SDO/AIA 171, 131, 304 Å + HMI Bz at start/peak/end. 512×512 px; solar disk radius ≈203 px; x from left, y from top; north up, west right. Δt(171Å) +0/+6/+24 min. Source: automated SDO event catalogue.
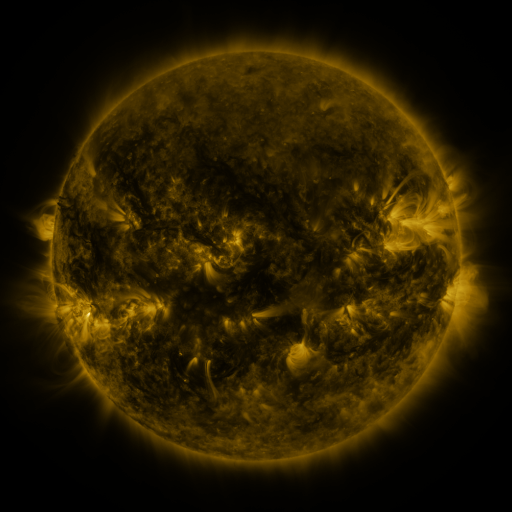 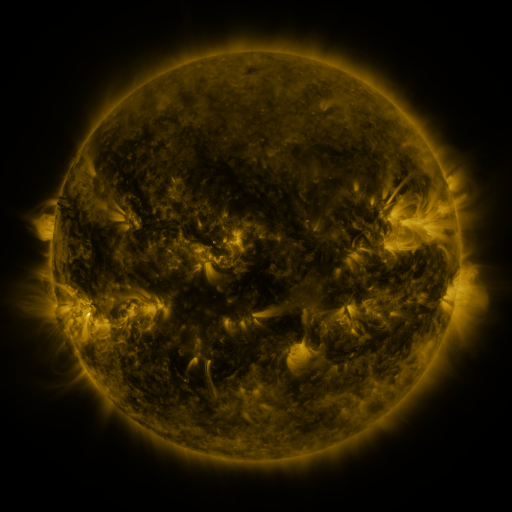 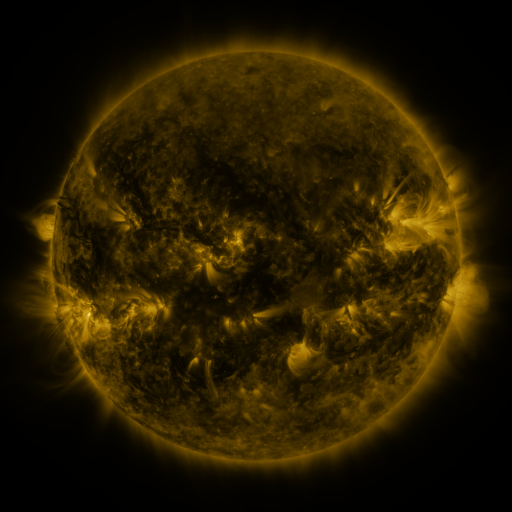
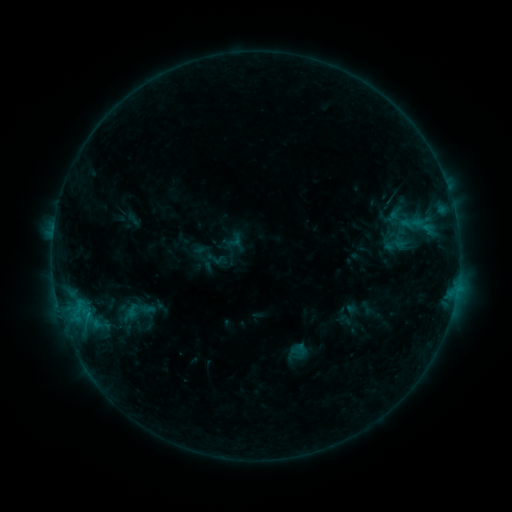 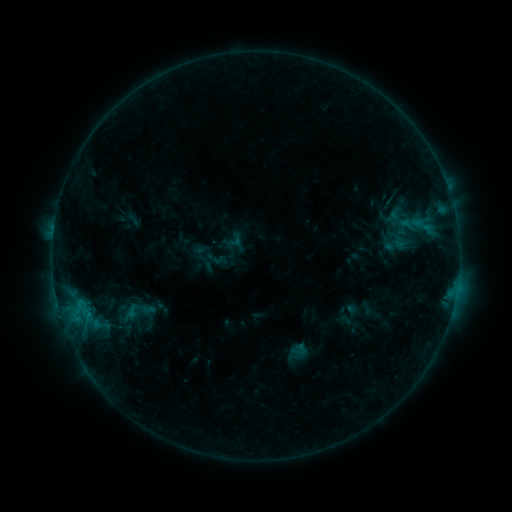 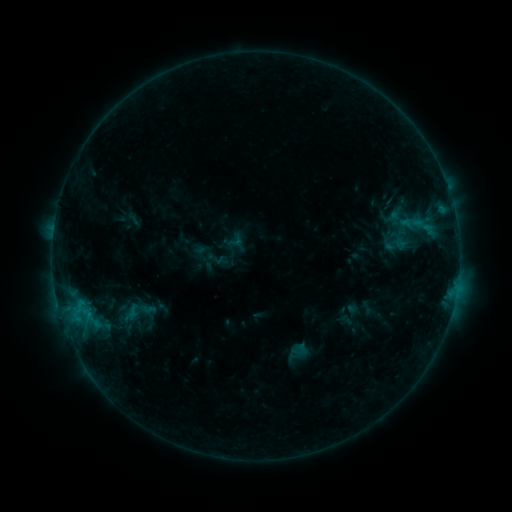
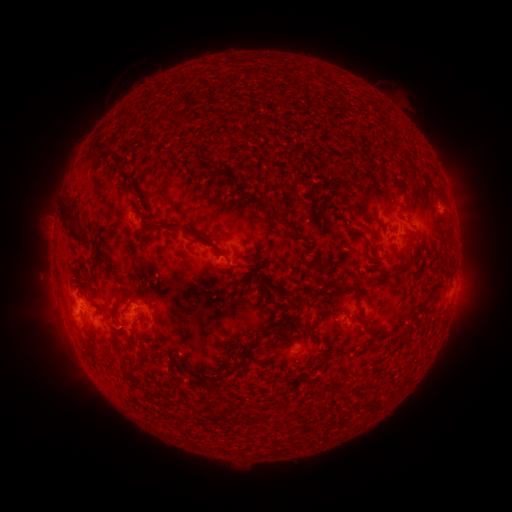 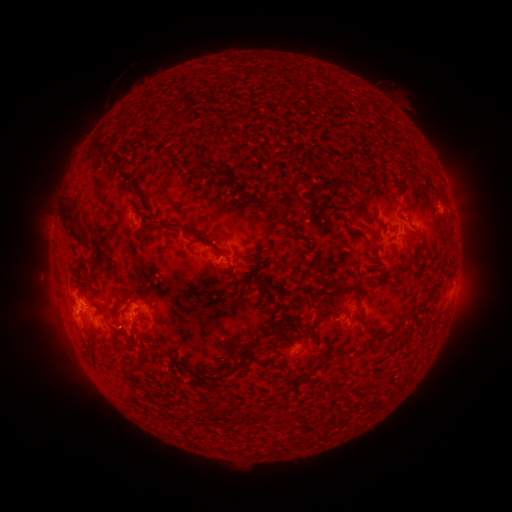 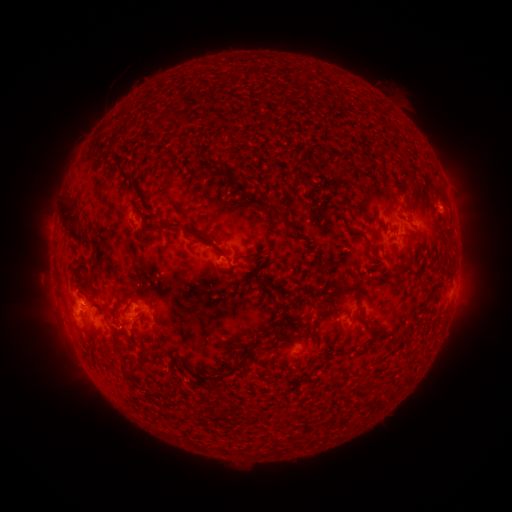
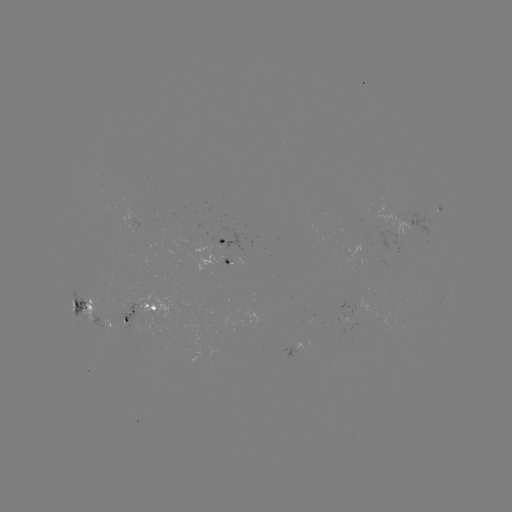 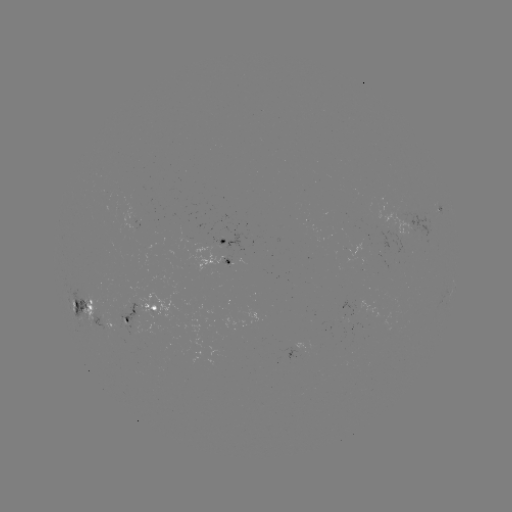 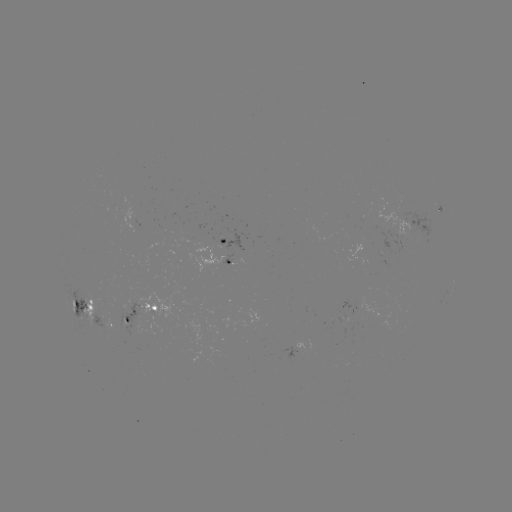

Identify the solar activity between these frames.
nothing was catalogued: no classed flare, no EUV trigger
